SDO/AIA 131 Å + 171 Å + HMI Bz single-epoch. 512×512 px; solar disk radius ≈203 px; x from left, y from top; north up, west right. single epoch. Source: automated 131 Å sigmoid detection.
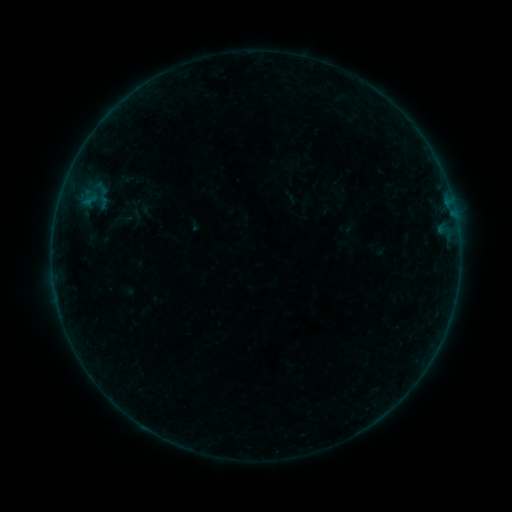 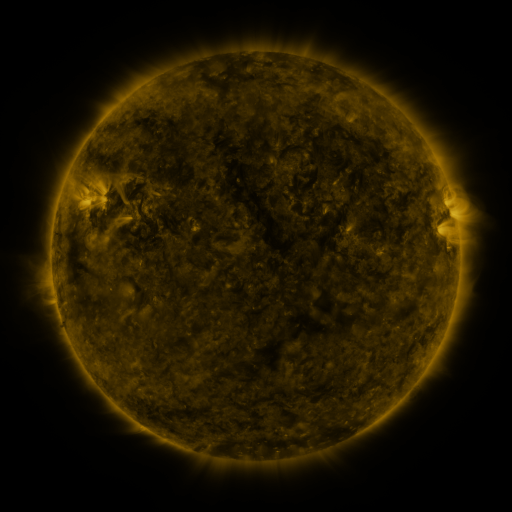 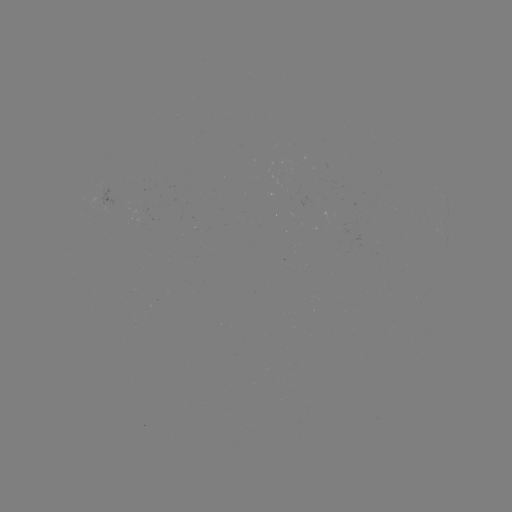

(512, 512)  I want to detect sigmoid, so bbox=[112, 210, 131, 229].